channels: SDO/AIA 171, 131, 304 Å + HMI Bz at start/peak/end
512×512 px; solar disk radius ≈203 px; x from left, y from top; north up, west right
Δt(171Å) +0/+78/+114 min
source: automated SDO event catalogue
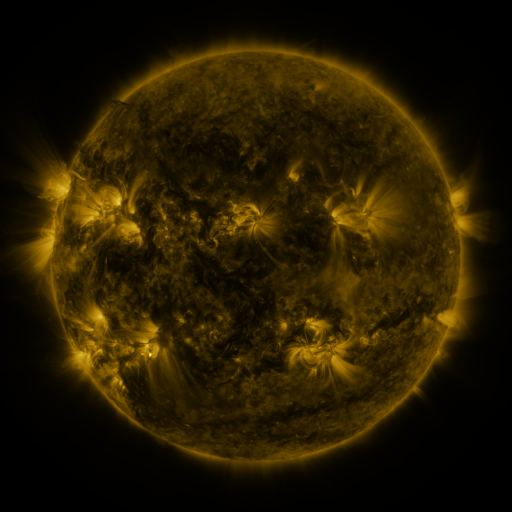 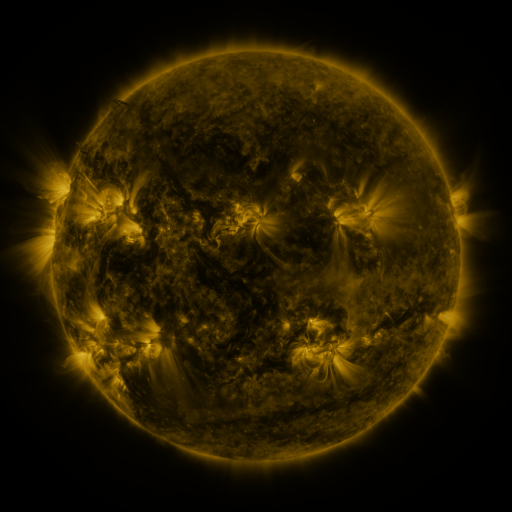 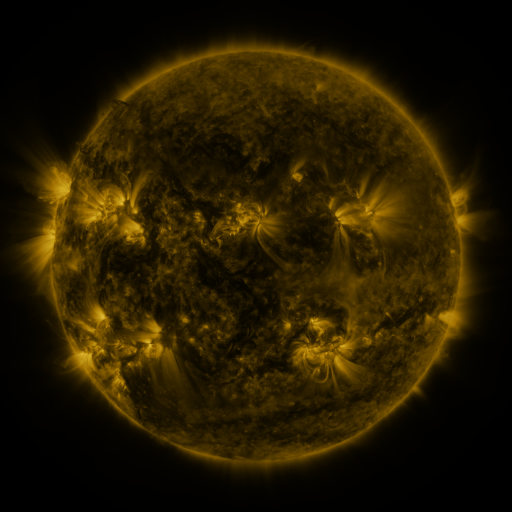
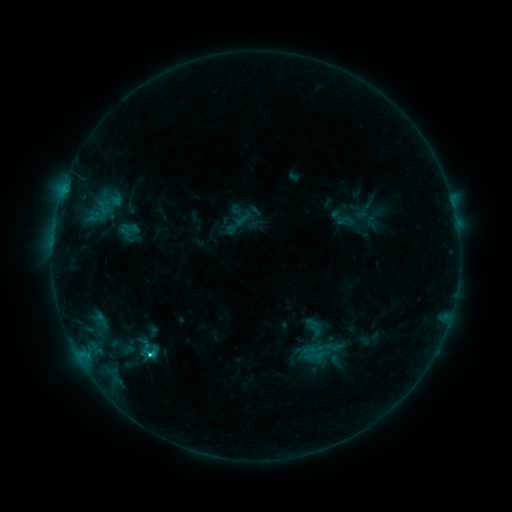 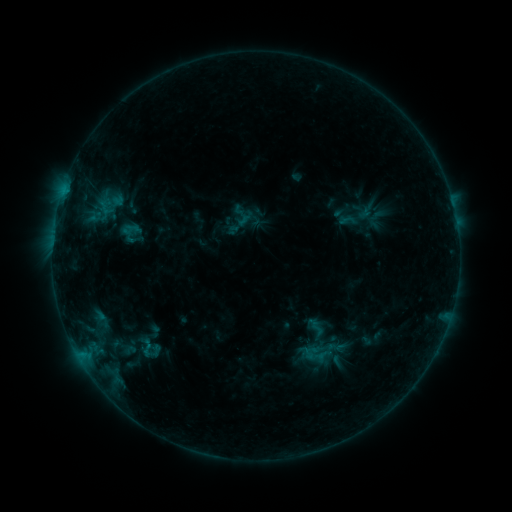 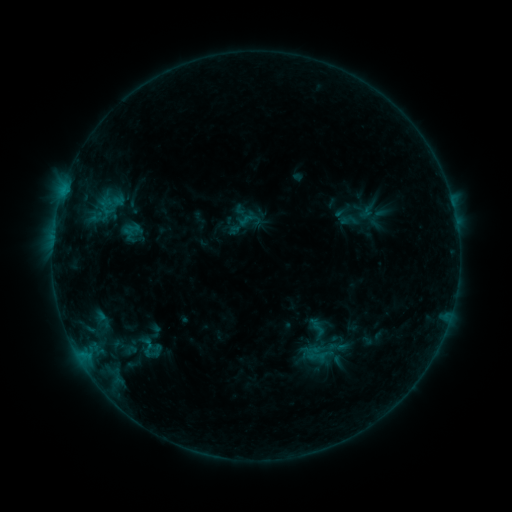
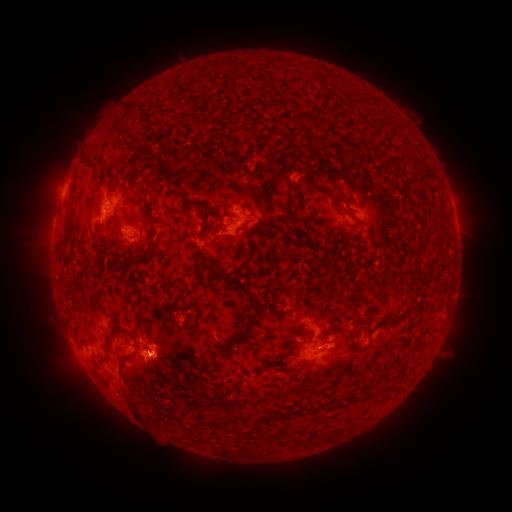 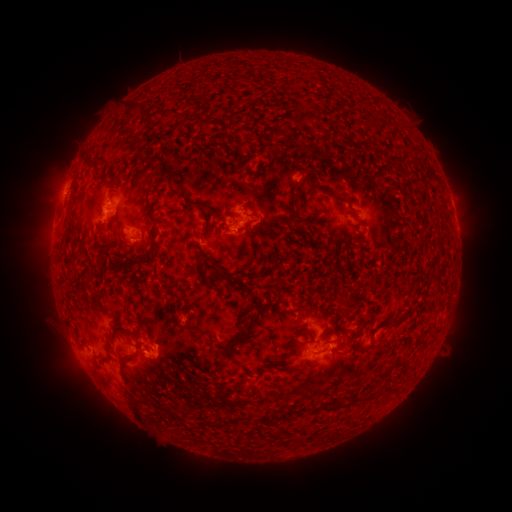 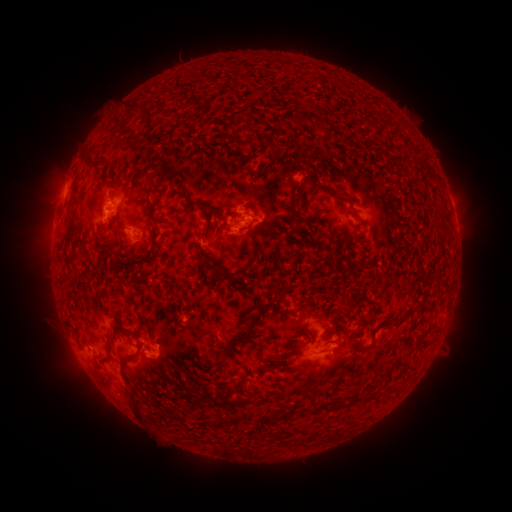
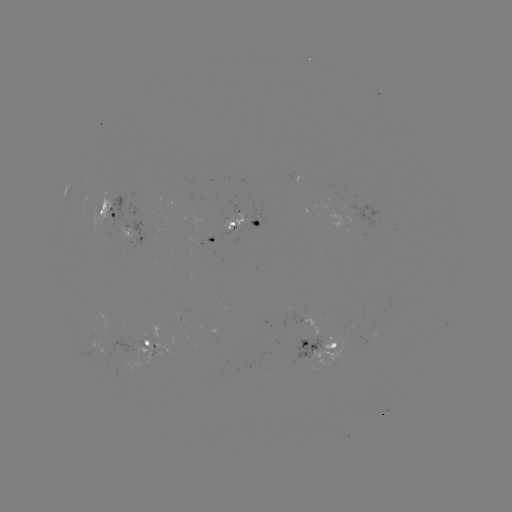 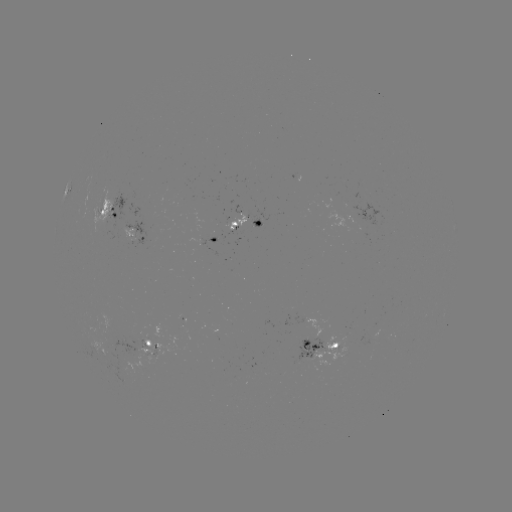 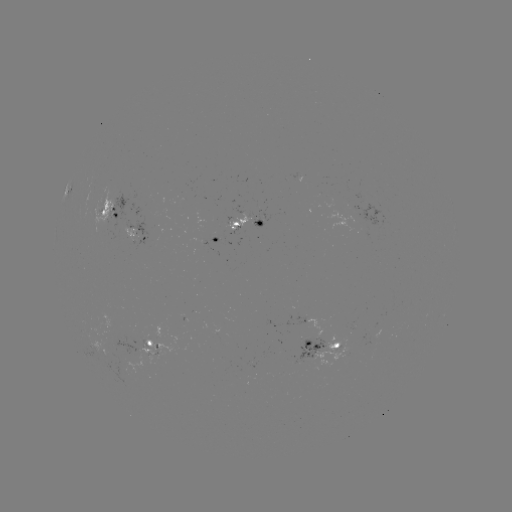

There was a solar emerging-flux region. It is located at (223, 240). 